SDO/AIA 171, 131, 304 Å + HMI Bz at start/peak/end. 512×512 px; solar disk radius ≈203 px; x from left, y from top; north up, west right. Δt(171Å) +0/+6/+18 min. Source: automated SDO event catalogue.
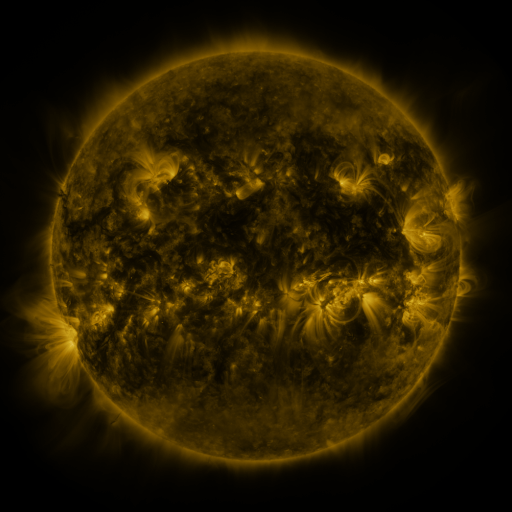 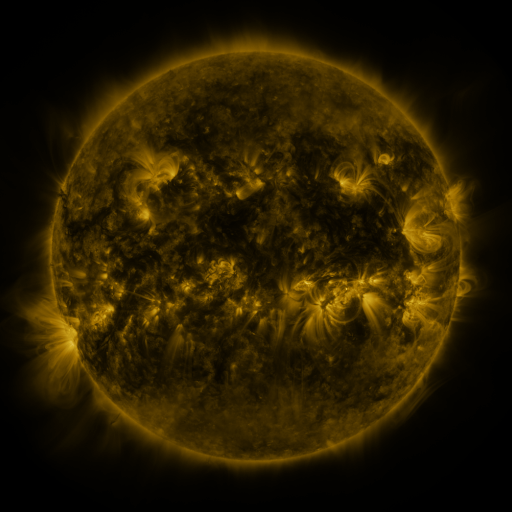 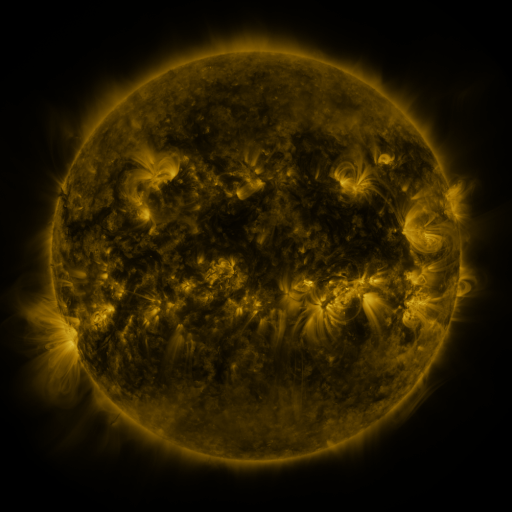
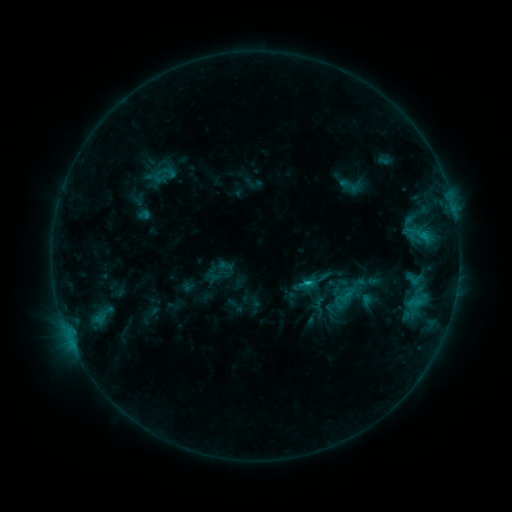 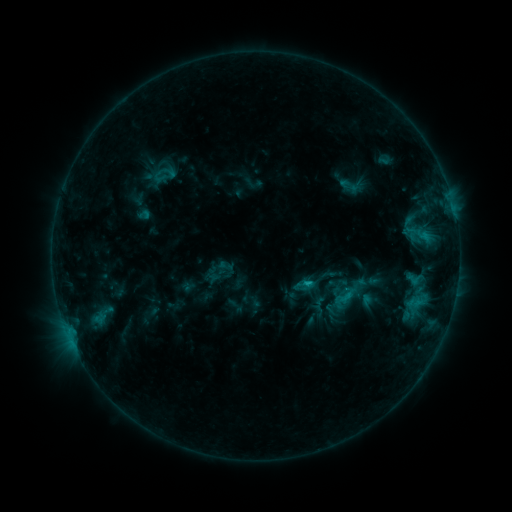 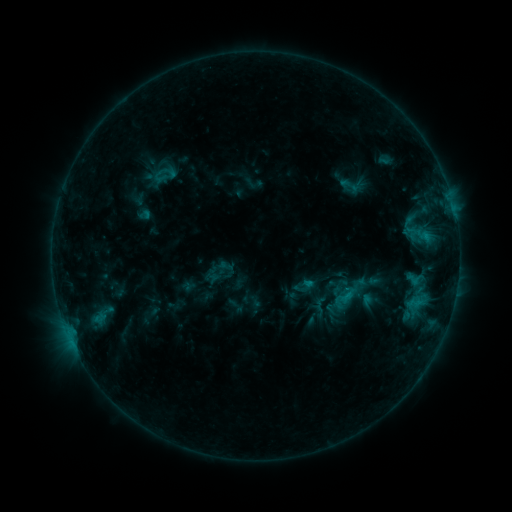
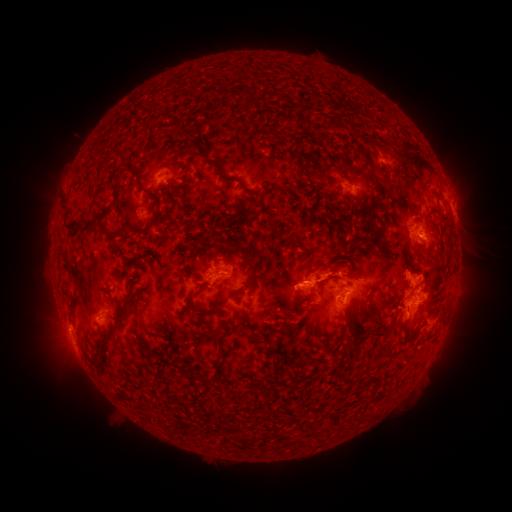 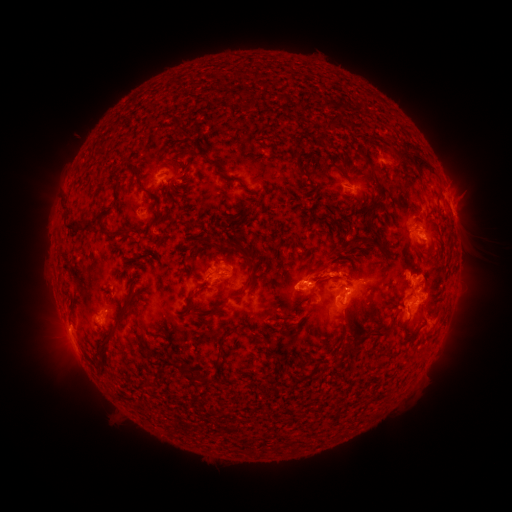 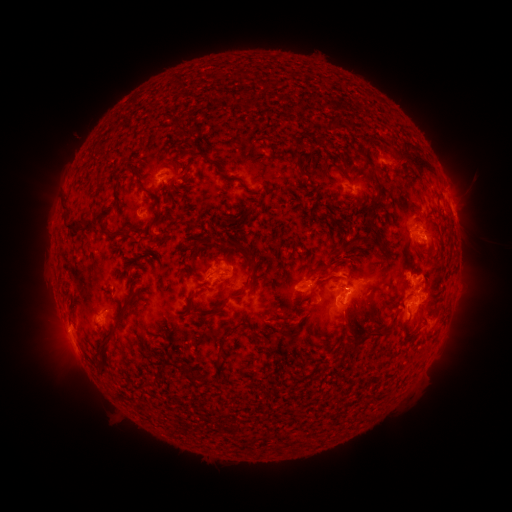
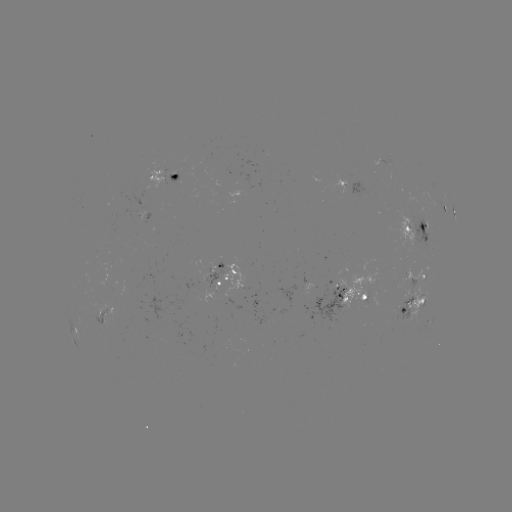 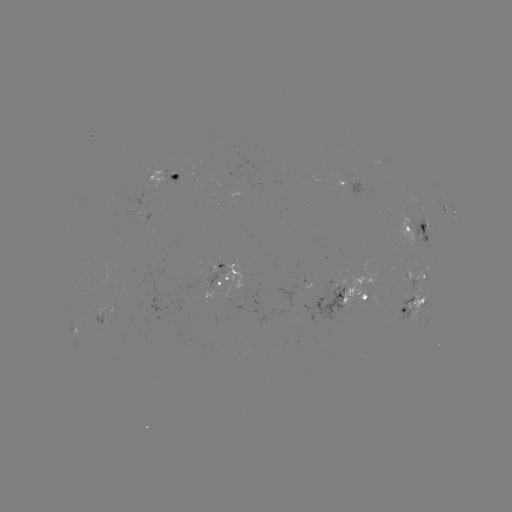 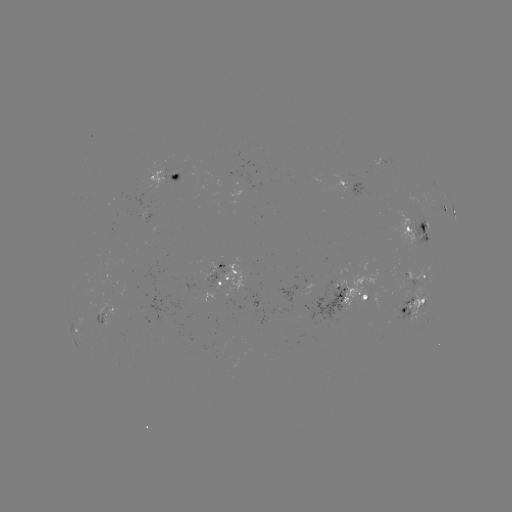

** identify eruption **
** (332, 261) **